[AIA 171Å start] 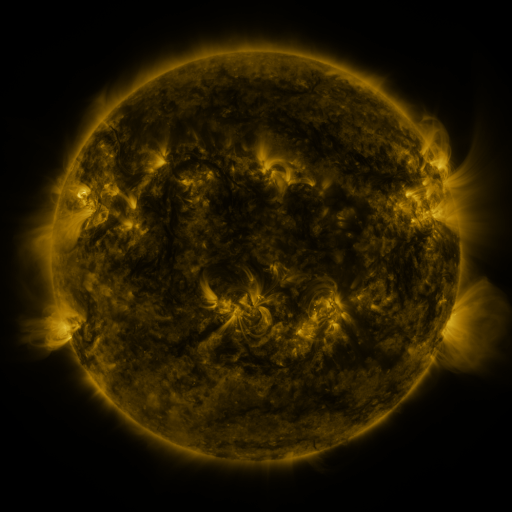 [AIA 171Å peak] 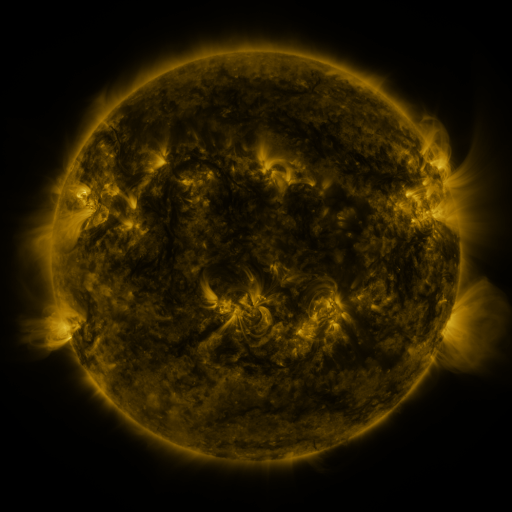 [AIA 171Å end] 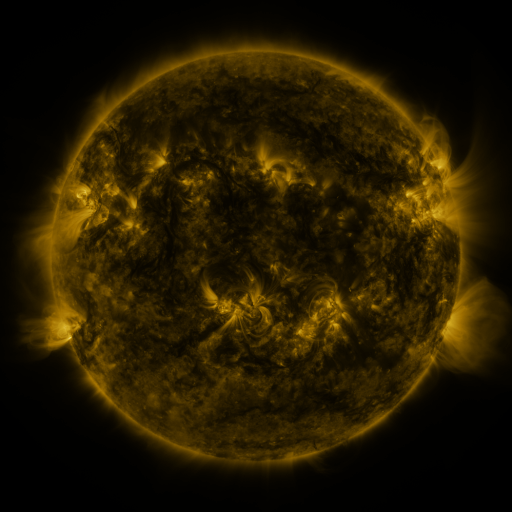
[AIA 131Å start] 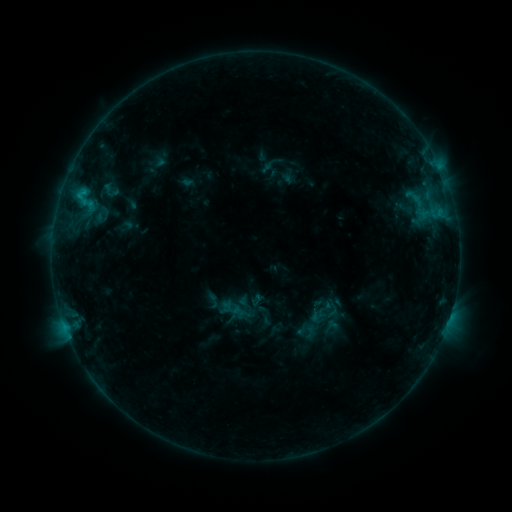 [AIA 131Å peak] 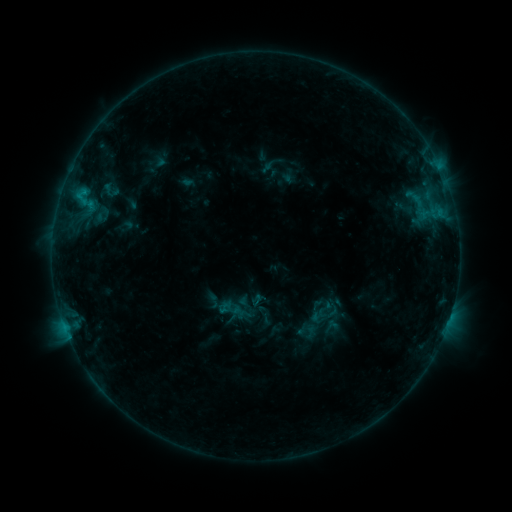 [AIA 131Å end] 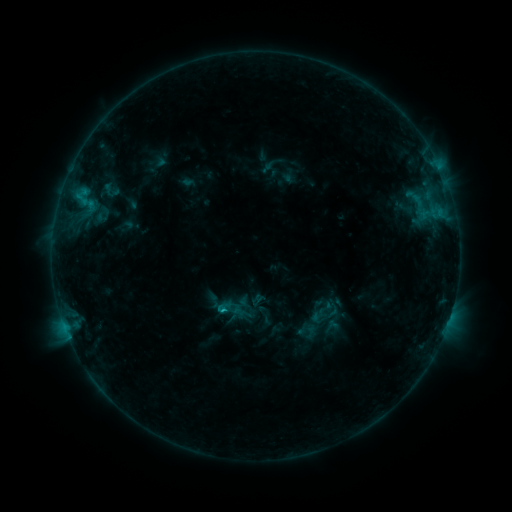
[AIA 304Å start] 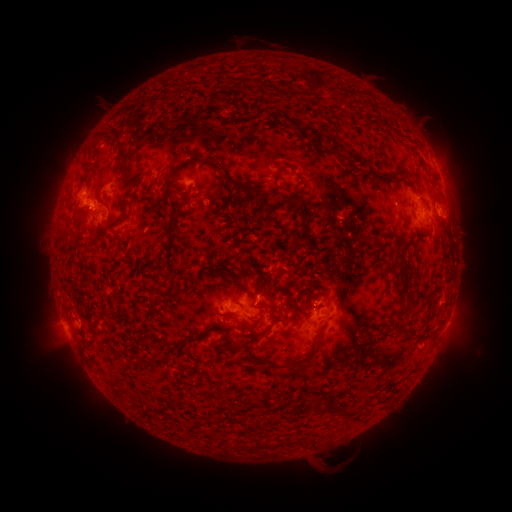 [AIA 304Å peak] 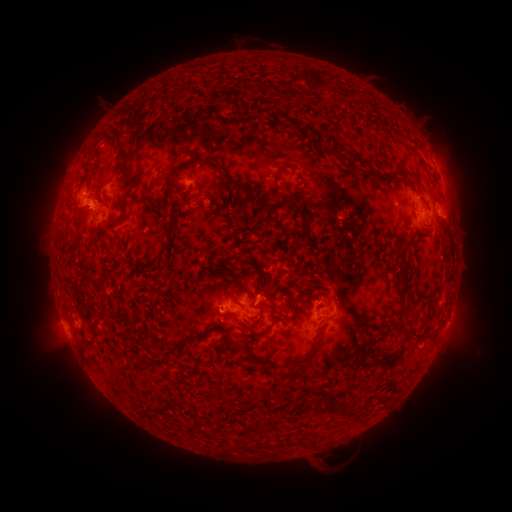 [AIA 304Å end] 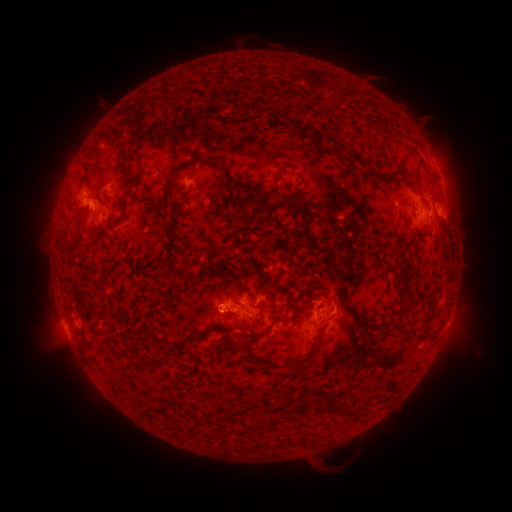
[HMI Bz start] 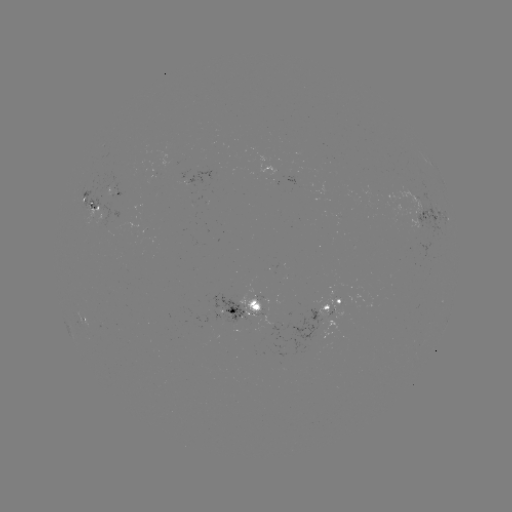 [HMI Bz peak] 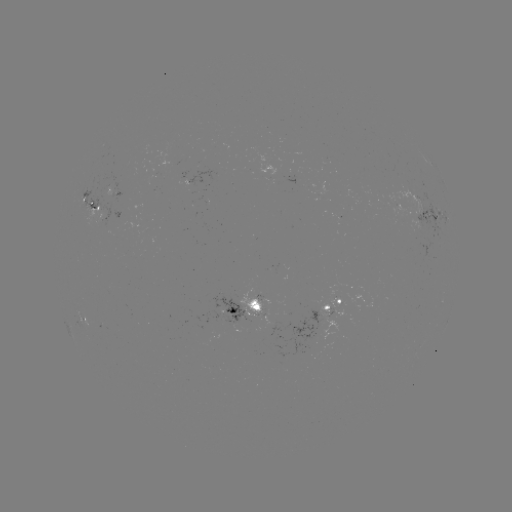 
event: flare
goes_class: B9.3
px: (222, 309)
